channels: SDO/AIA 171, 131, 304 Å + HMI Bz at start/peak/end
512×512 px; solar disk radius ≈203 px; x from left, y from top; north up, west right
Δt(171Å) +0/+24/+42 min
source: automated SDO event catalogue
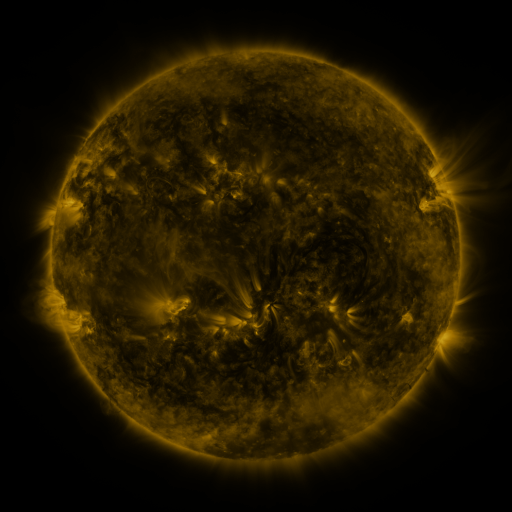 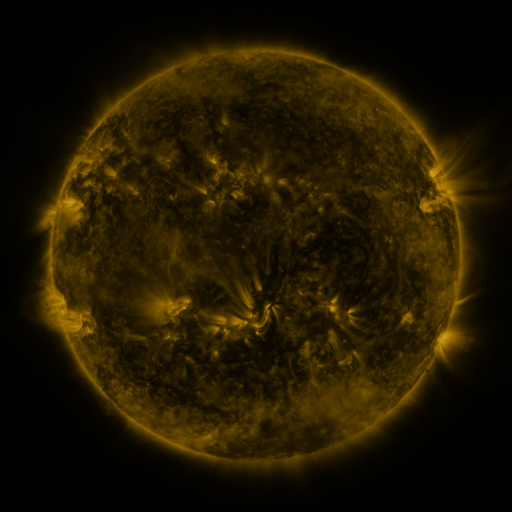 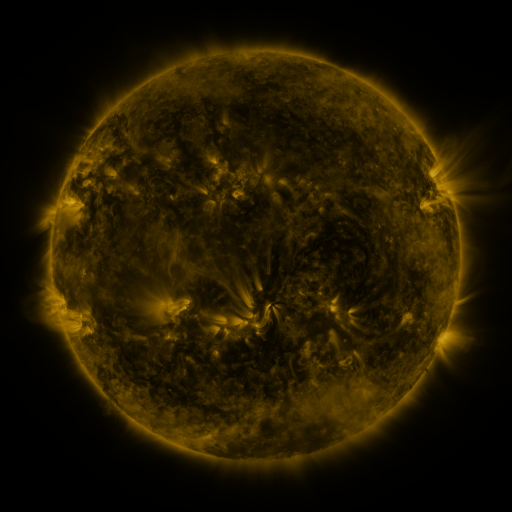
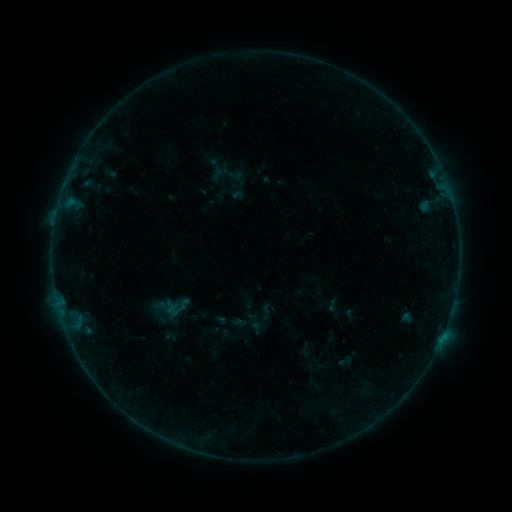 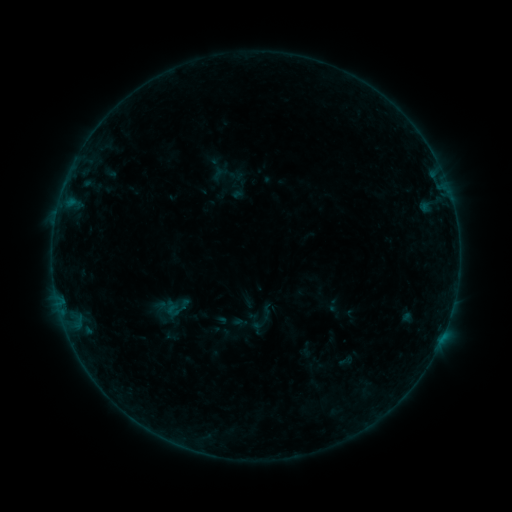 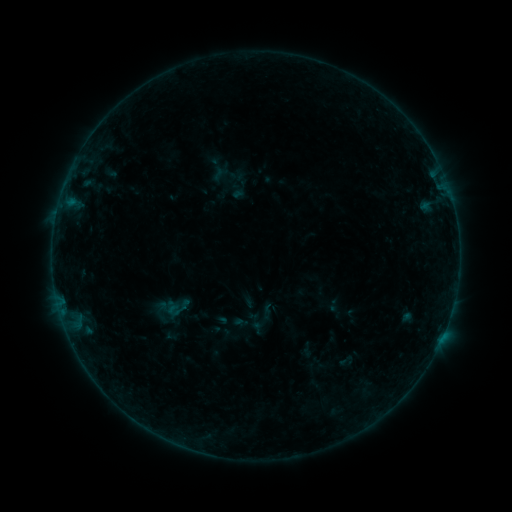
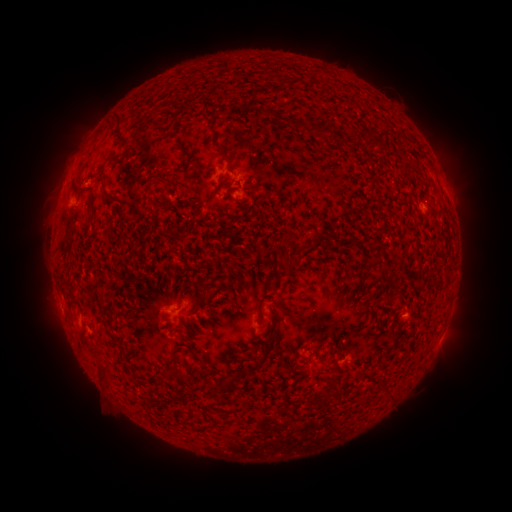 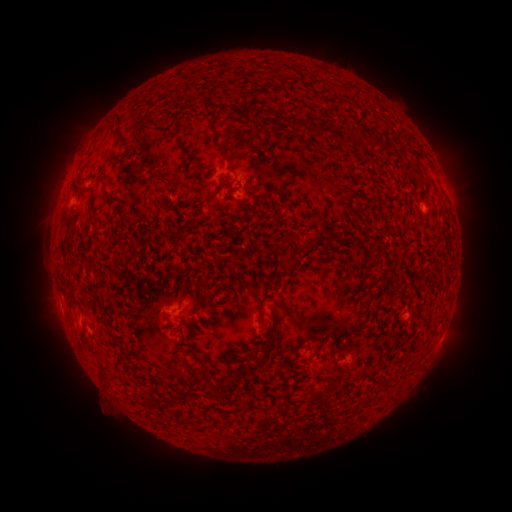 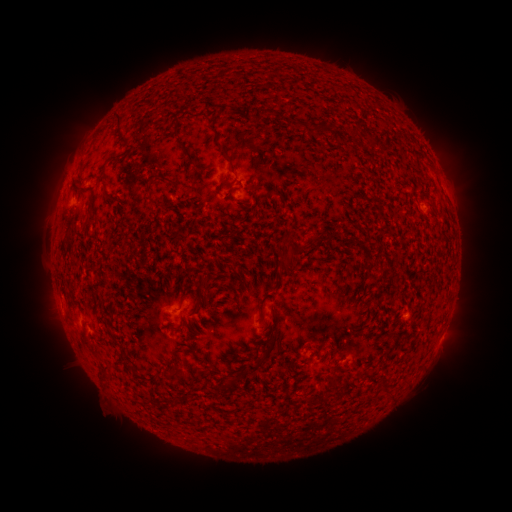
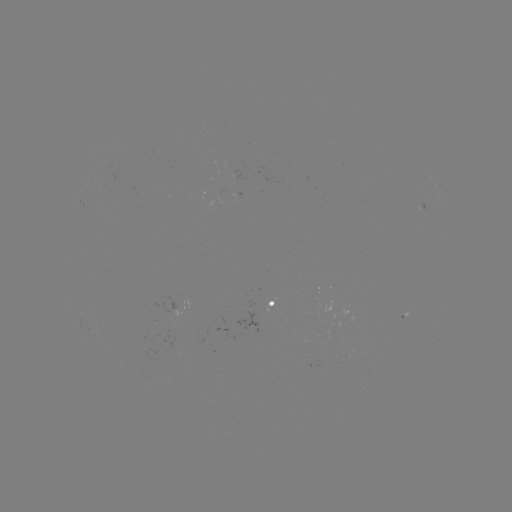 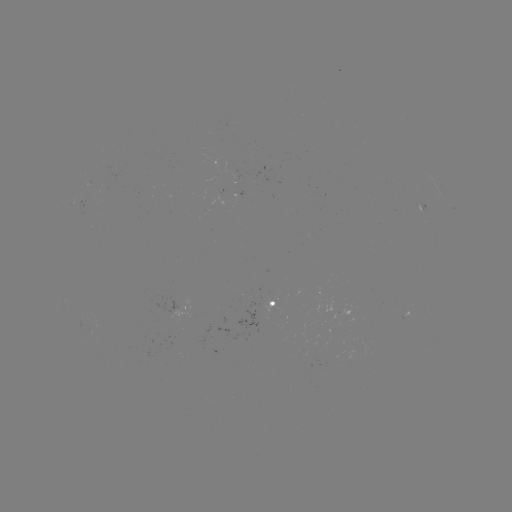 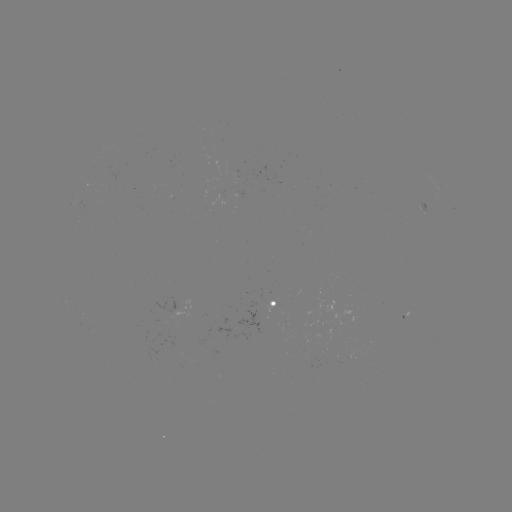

no flare in any classed list; no EUV-trigger detection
